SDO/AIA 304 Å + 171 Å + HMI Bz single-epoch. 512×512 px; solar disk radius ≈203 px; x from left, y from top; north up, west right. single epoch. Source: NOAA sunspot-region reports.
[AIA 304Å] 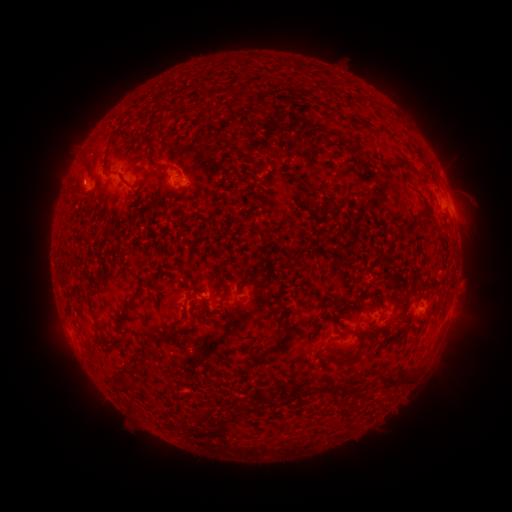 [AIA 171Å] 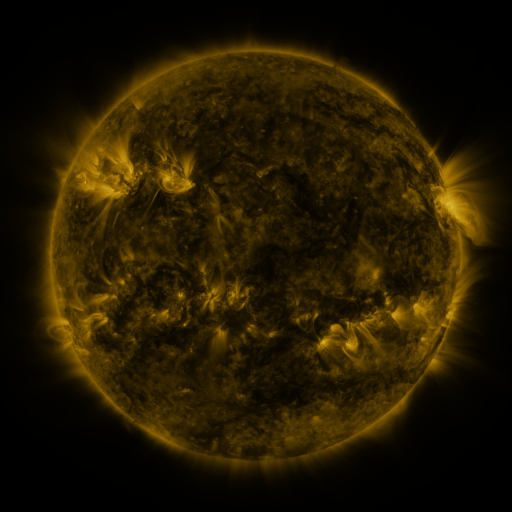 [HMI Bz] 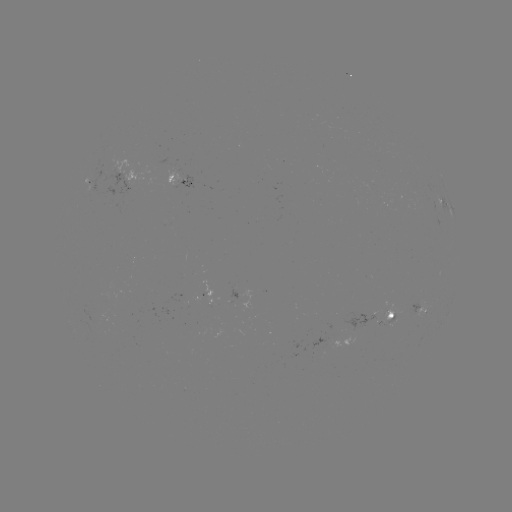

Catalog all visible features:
spotted active region: (182, 176)
spotted active region: (445, 200)
spotted active region: (423, 307)
spotted active region: (388, 320)
